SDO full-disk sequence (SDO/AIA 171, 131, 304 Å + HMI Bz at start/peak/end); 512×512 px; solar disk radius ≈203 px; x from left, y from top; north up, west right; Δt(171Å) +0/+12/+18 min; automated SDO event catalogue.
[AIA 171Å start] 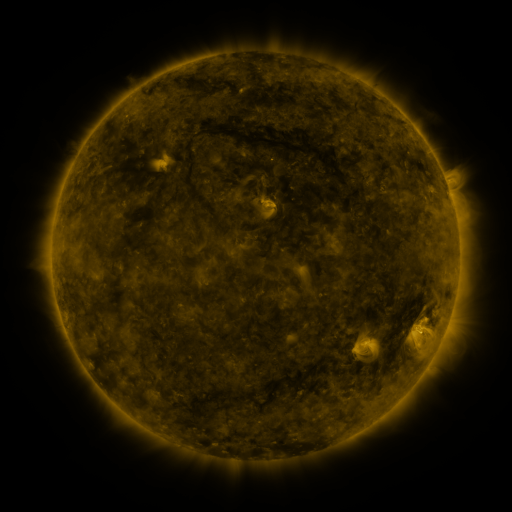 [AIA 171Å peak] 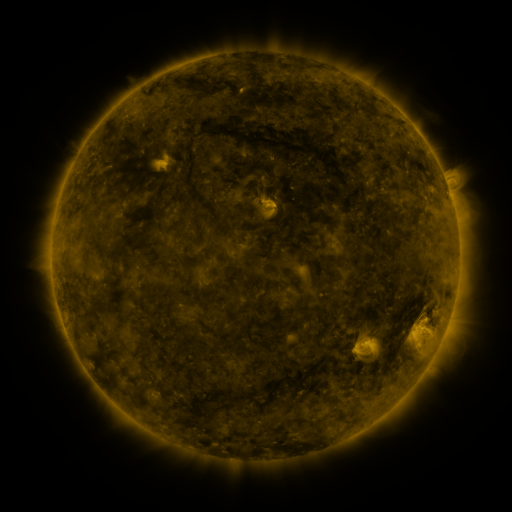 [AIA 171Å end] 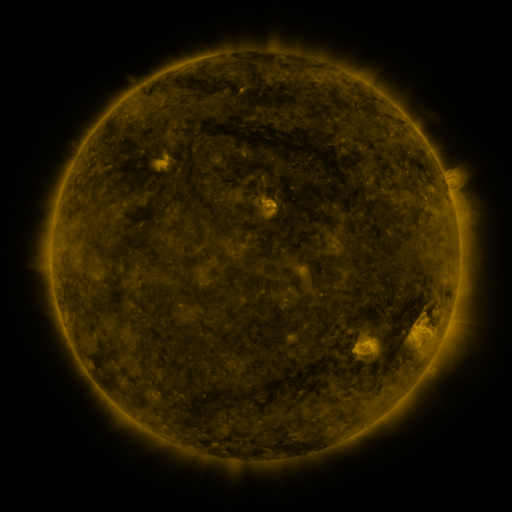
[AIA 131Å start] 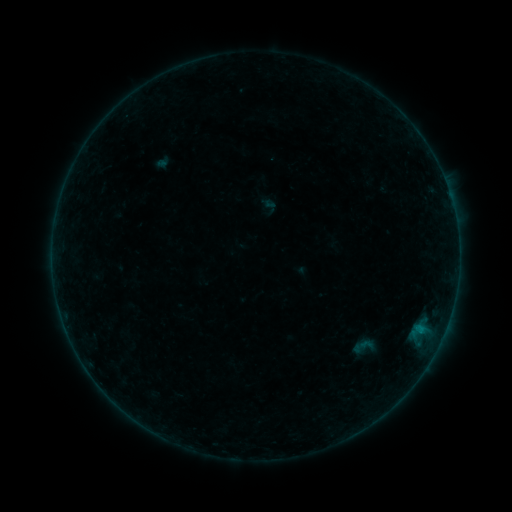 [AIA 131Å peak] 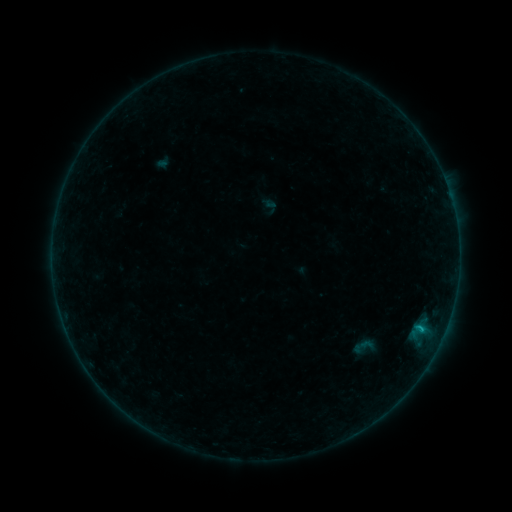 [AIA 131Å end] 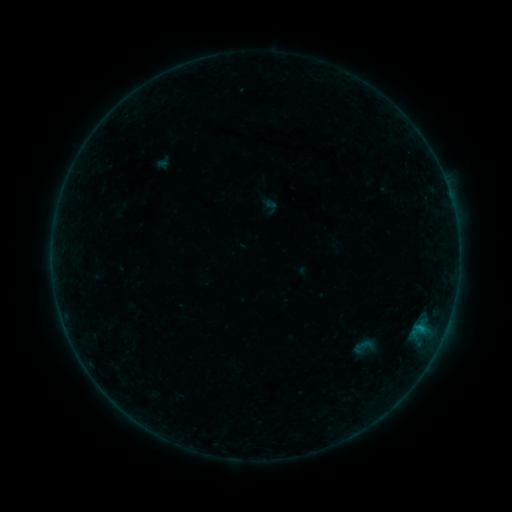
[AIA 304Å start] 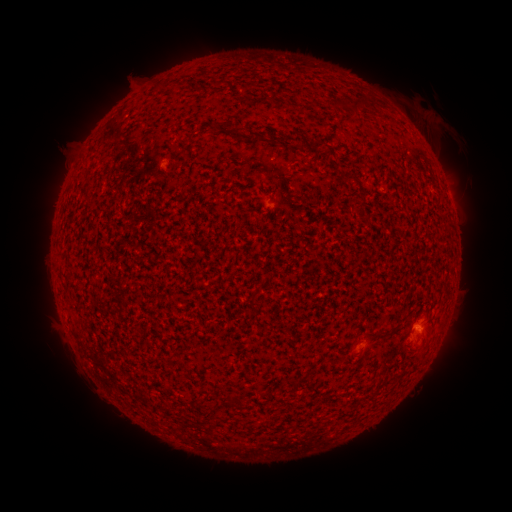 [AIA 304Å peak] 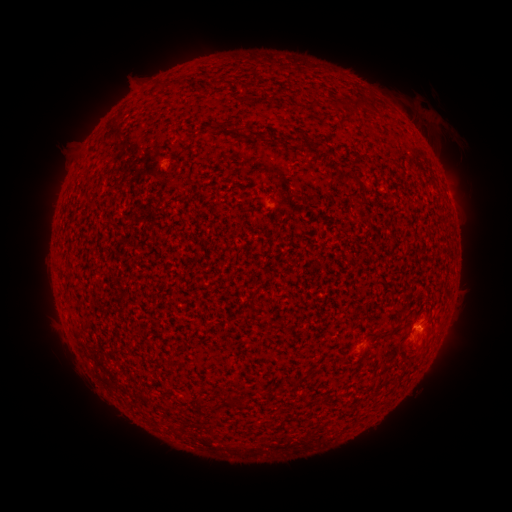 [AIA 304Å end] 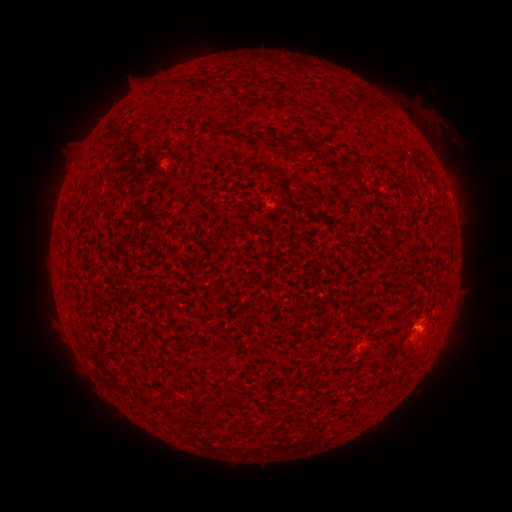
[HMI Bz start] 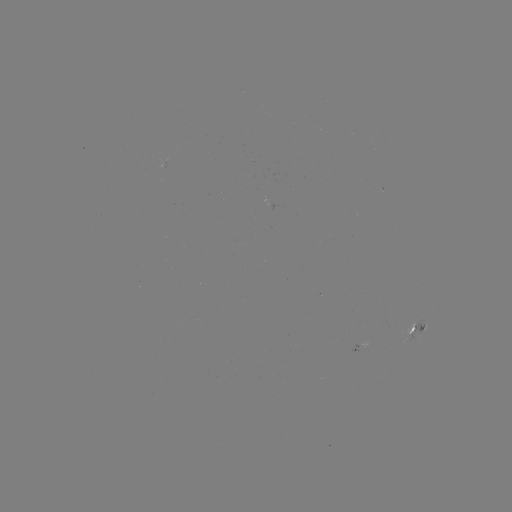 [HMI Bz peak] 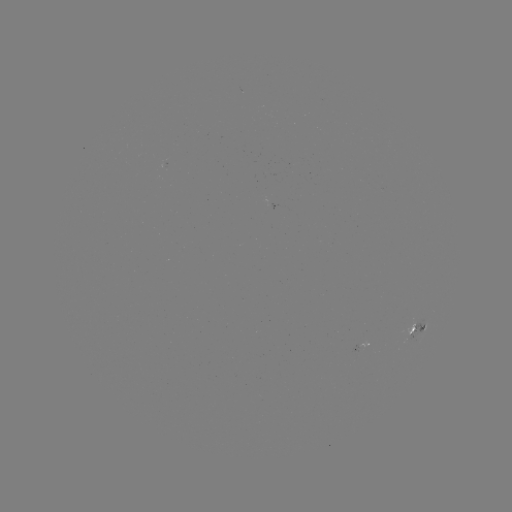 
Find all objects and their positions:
B3.5 flare: (423, 312)
